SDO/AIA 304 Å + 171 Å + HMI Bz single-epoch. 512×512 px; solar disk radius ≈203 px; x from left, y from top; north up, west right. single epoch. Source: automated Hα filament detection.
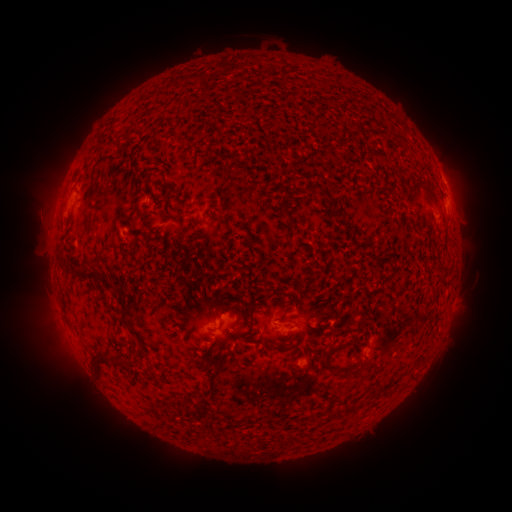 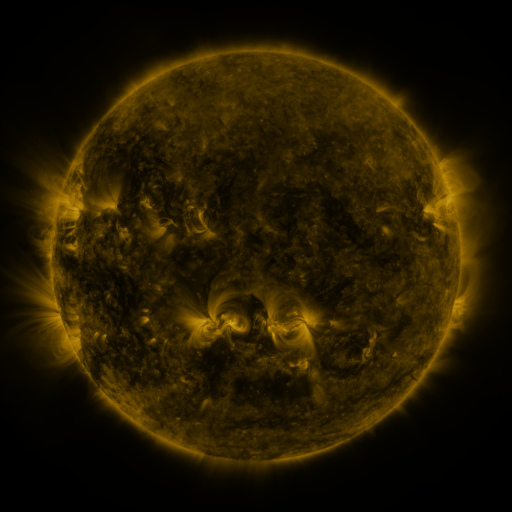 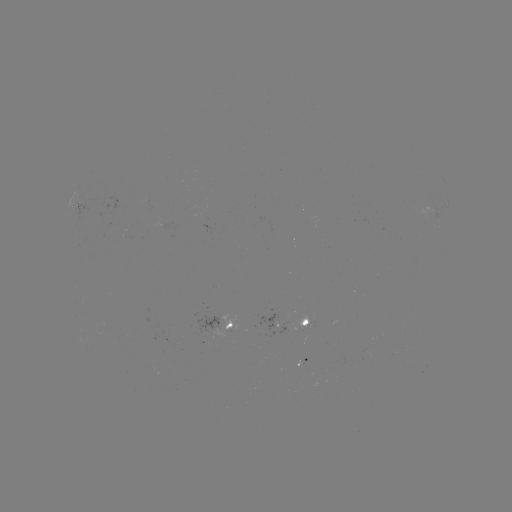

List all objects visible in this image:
filament: (122, 133, 132, 143)
filament: (223, 167, 234, 178)
filament: (411, 175, 439, 204)
filament: (303, 182, 320, 193)
filament: (281, 210, 293, 224)
filament: (73, 268, 120, 291)
filament: (122, 318, 140, 338)
filament: (322, 340, 347, 369)
filament: (129, 343, 137, 354)
filament: (94, 355, 113, 368)
filament: (148, 362, 154, 372)
